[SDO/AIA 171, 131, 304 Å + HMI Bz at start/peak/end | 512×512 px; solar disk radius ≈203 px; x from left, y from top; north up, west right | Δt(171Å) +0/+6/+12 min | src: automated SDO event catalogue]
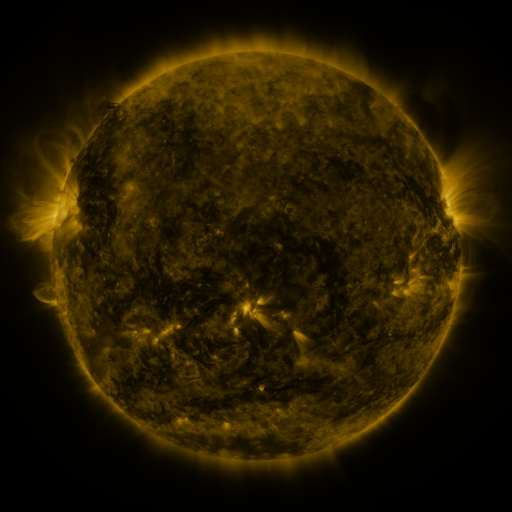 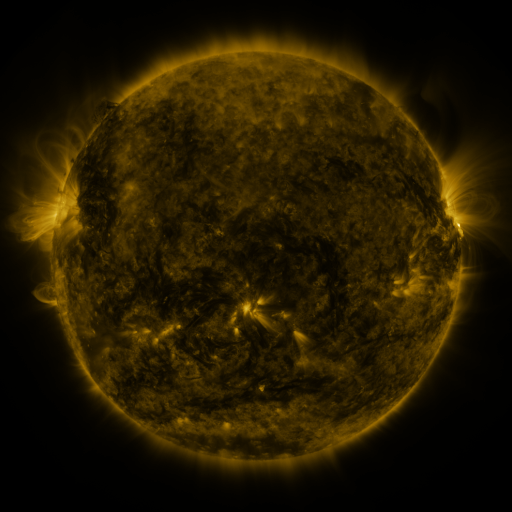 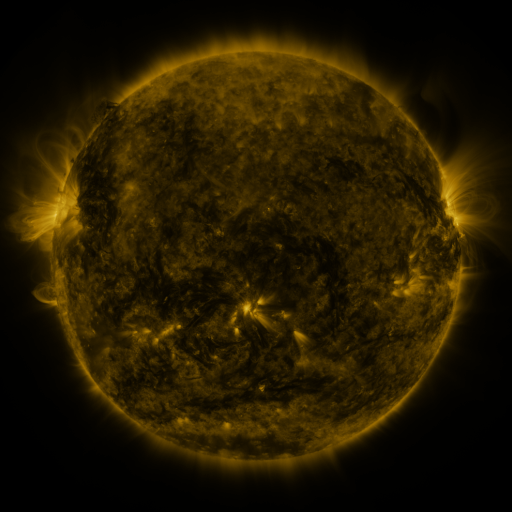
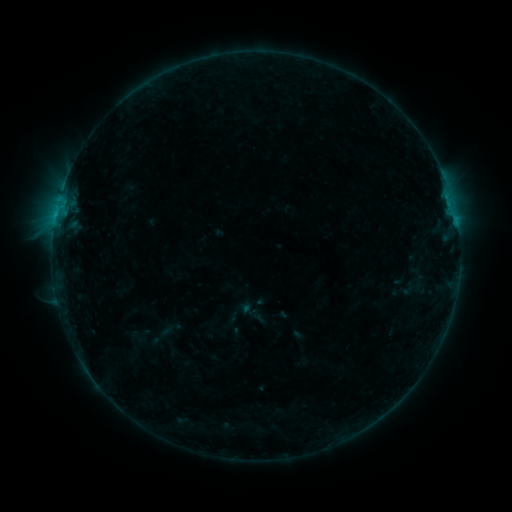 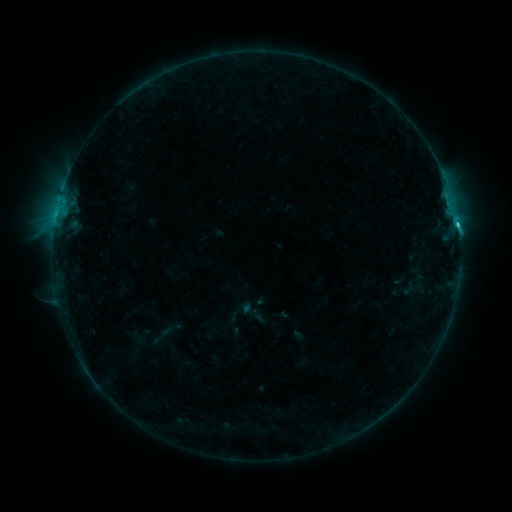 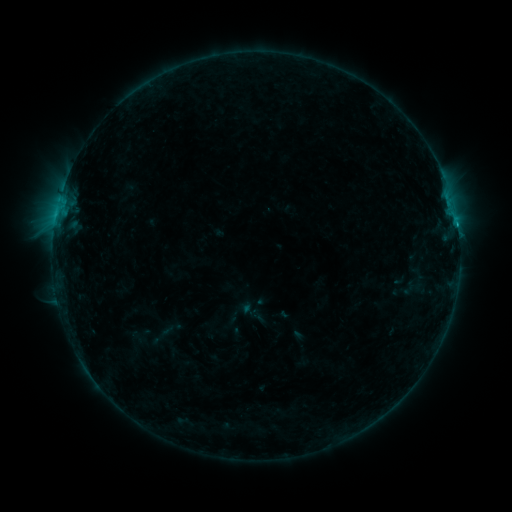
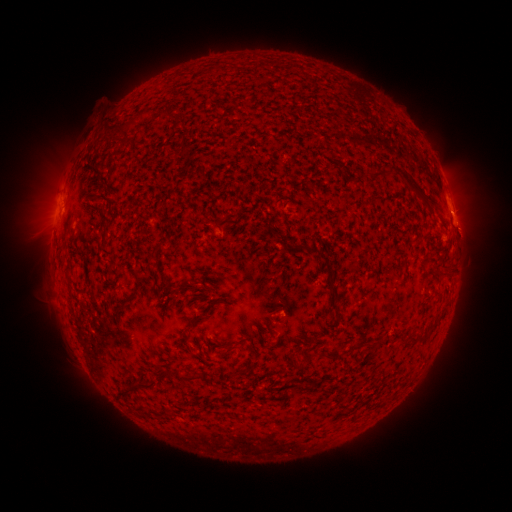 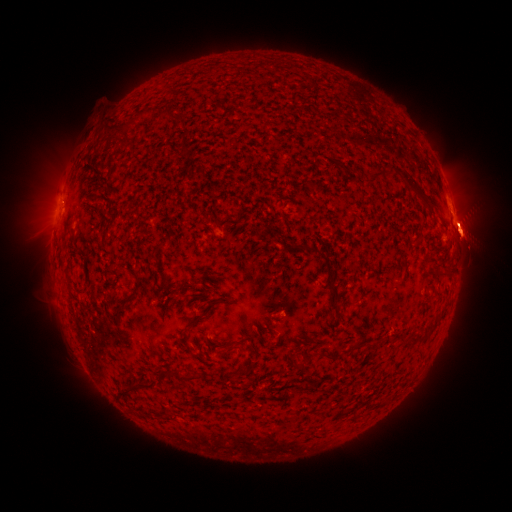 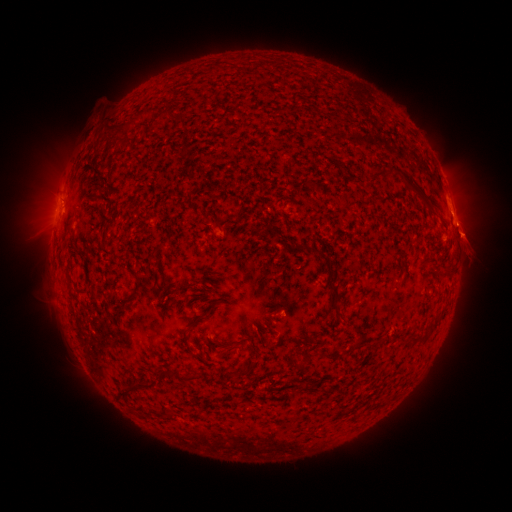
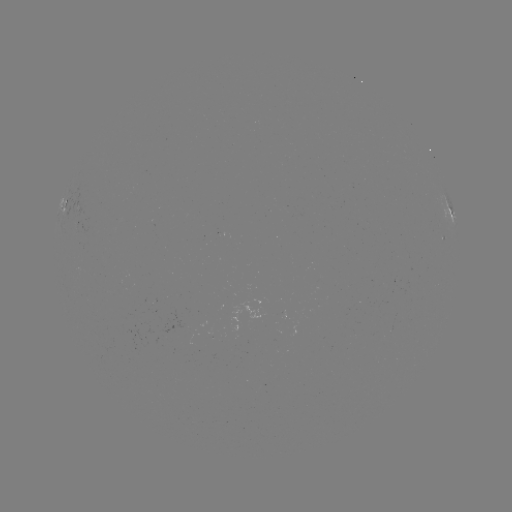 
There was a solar flare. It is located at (454, 225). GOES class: C1.1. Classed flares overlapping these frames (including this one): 1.